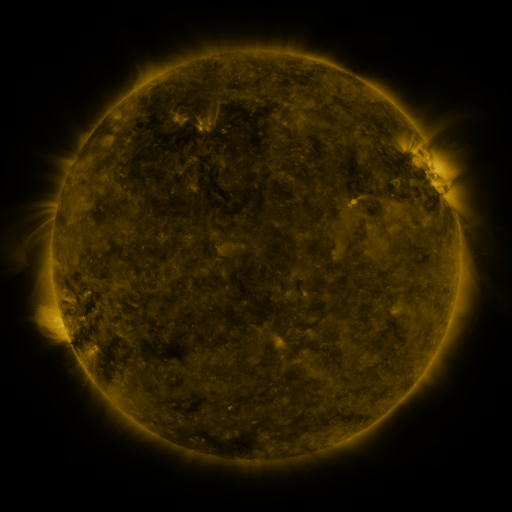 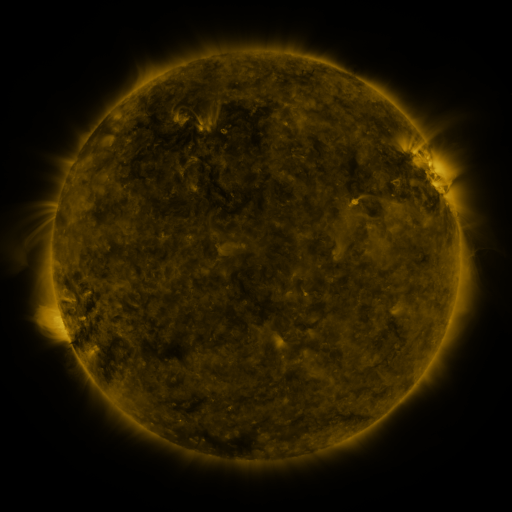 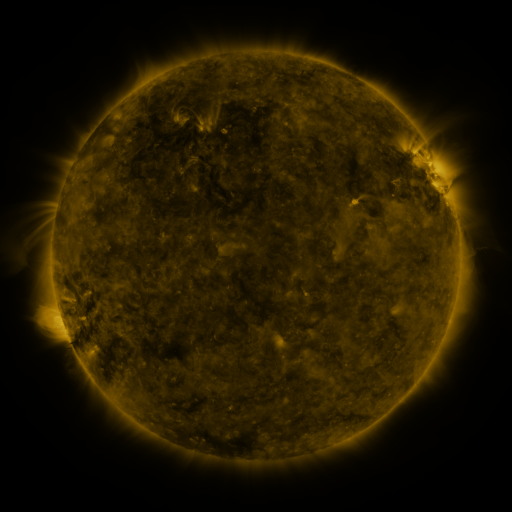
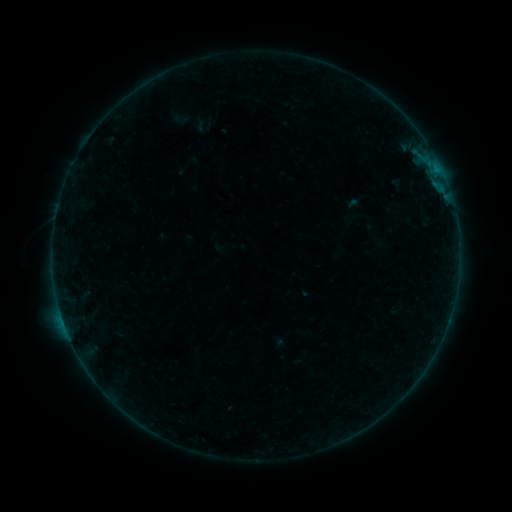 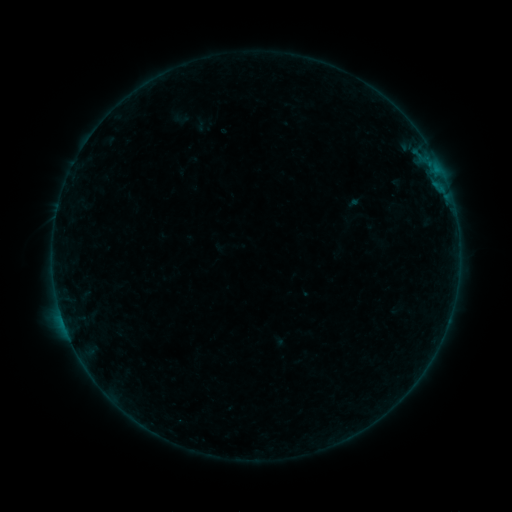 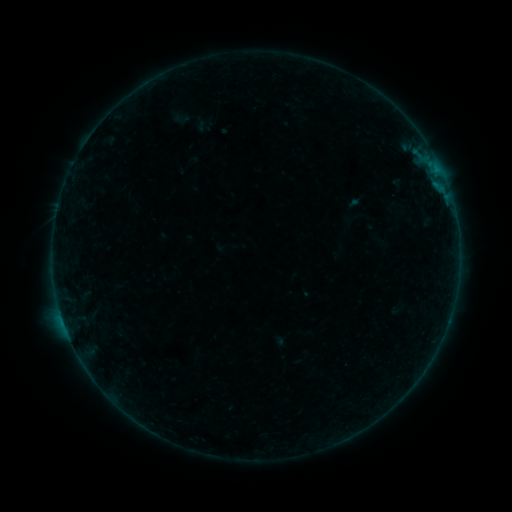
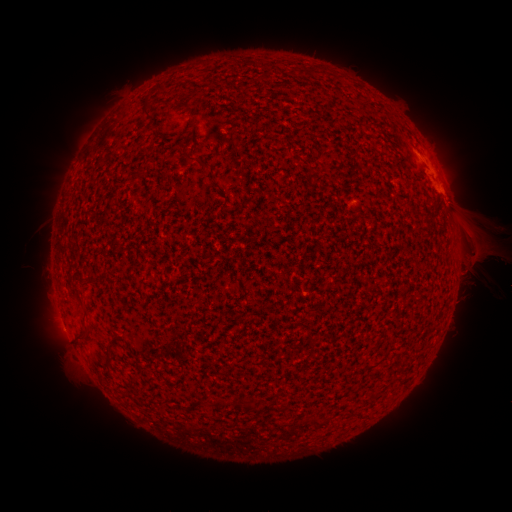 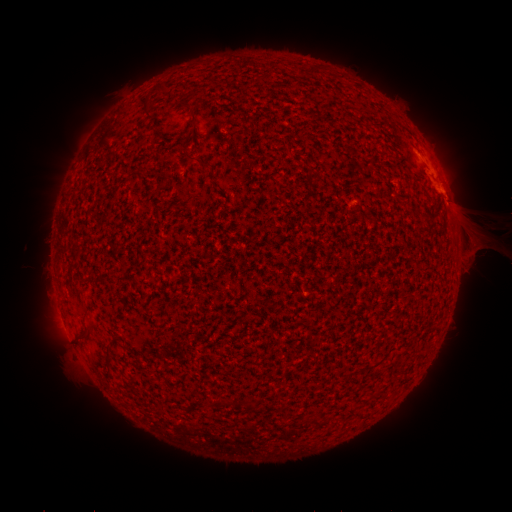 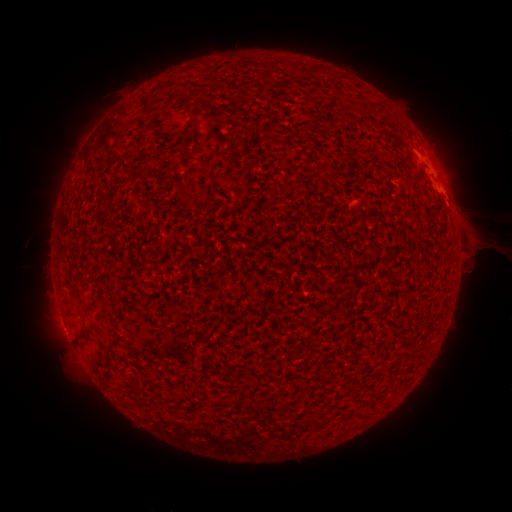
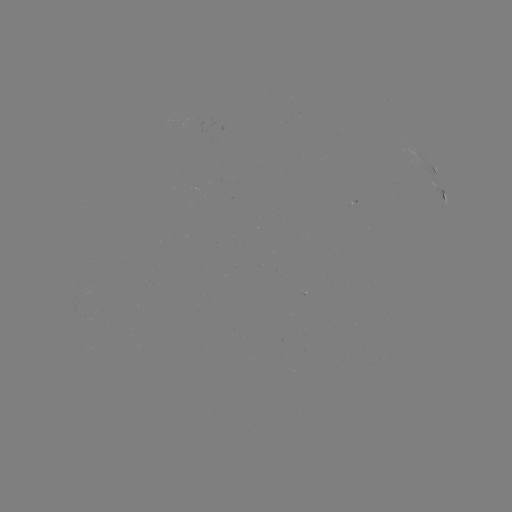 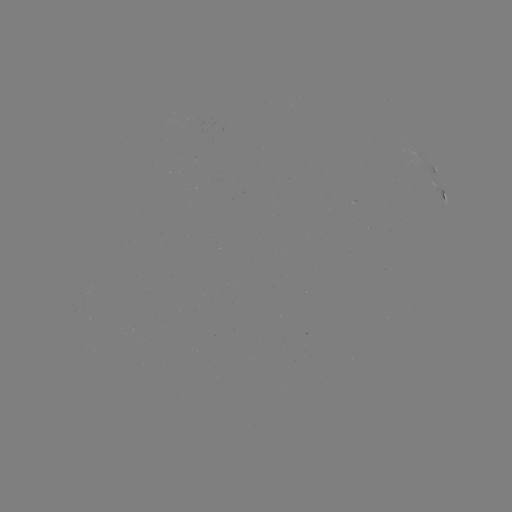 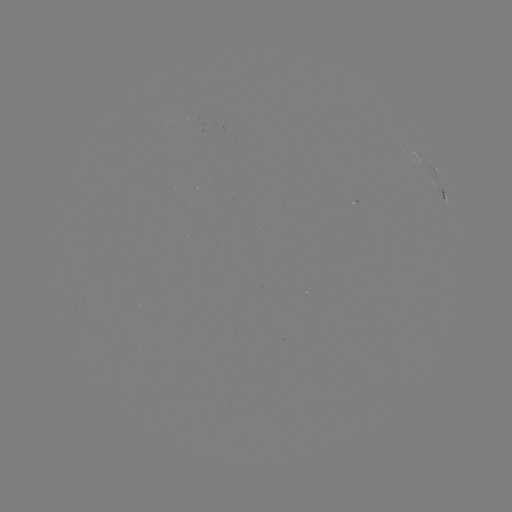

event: eruption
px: (481, 237)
